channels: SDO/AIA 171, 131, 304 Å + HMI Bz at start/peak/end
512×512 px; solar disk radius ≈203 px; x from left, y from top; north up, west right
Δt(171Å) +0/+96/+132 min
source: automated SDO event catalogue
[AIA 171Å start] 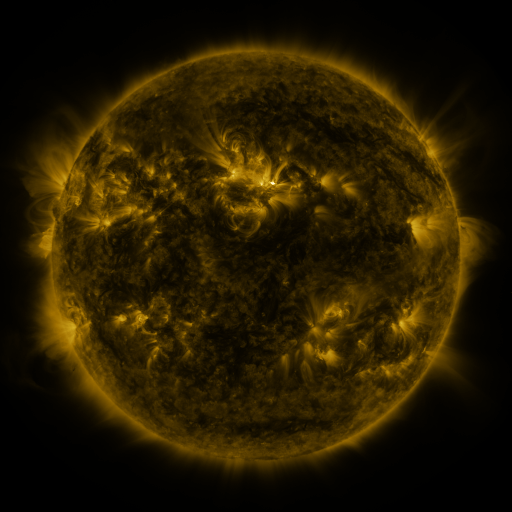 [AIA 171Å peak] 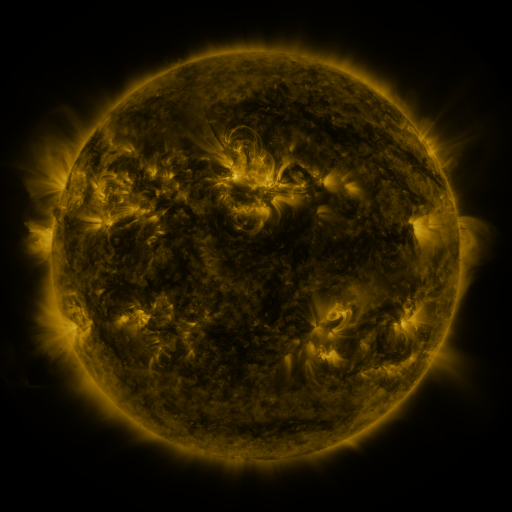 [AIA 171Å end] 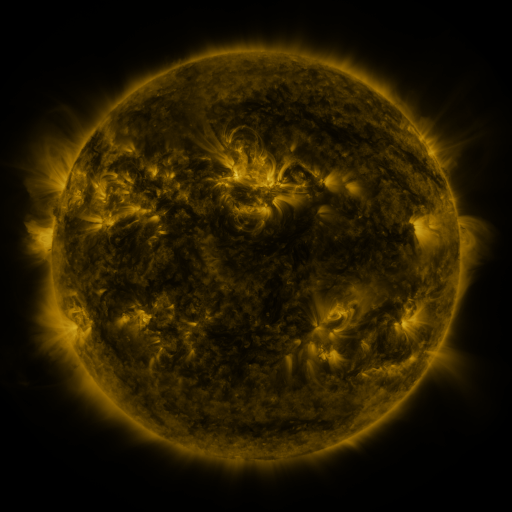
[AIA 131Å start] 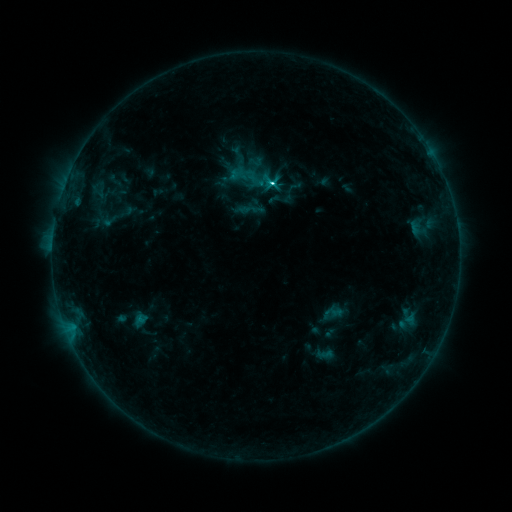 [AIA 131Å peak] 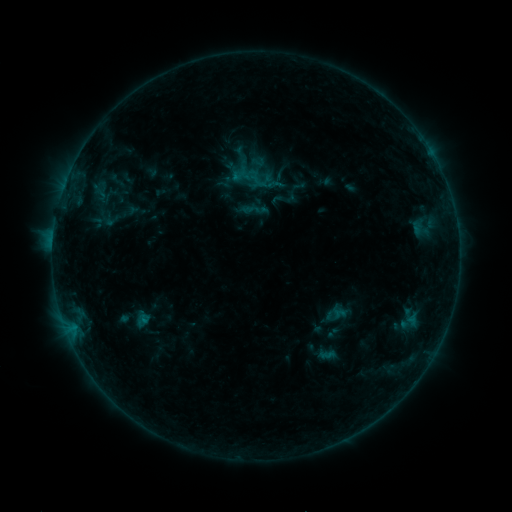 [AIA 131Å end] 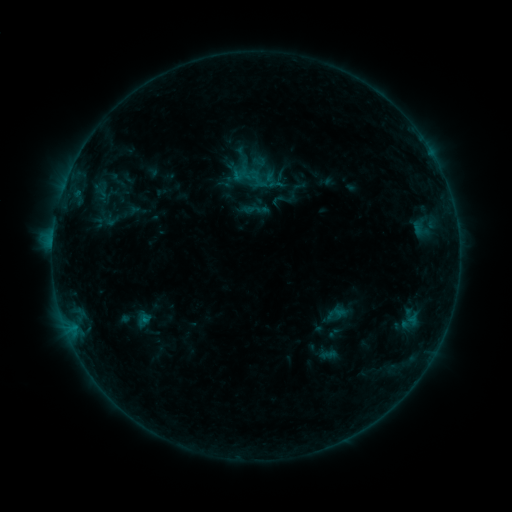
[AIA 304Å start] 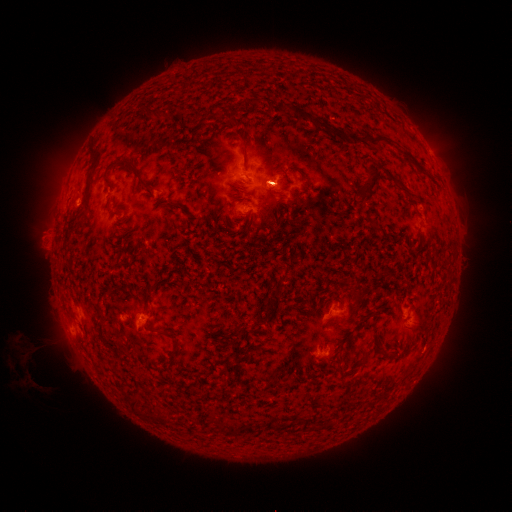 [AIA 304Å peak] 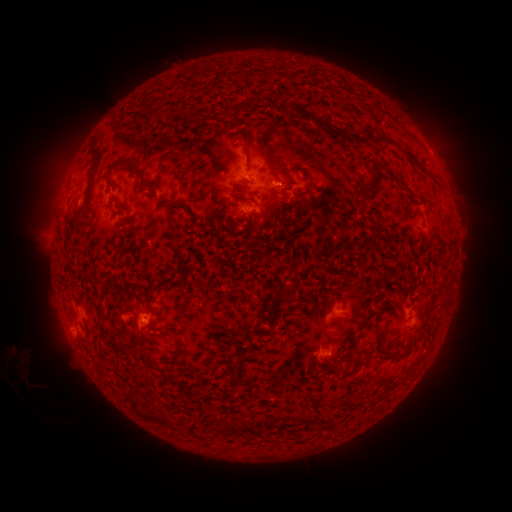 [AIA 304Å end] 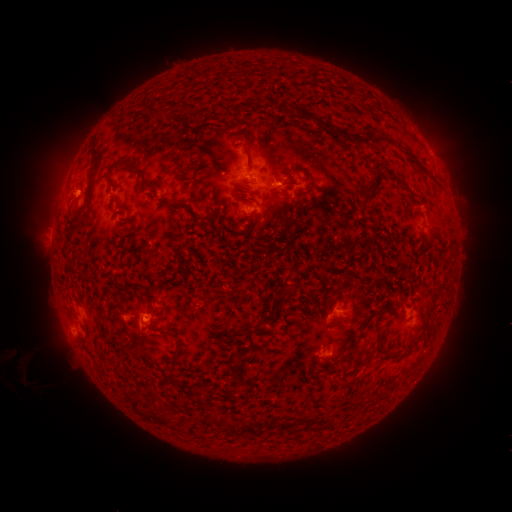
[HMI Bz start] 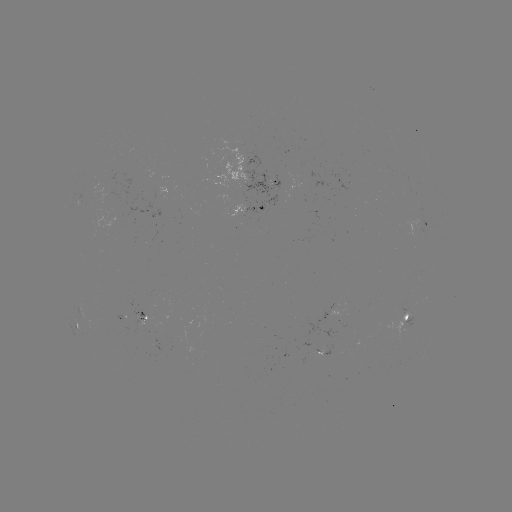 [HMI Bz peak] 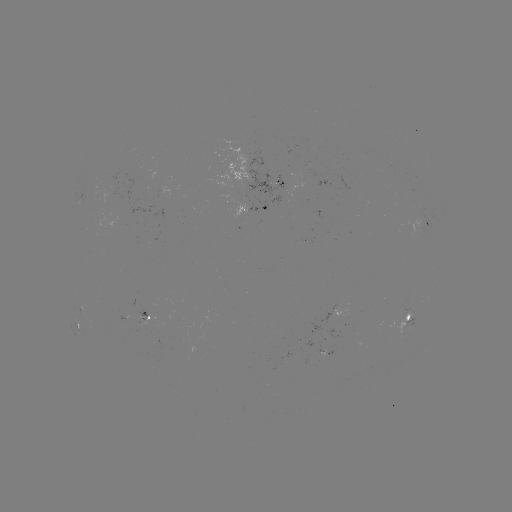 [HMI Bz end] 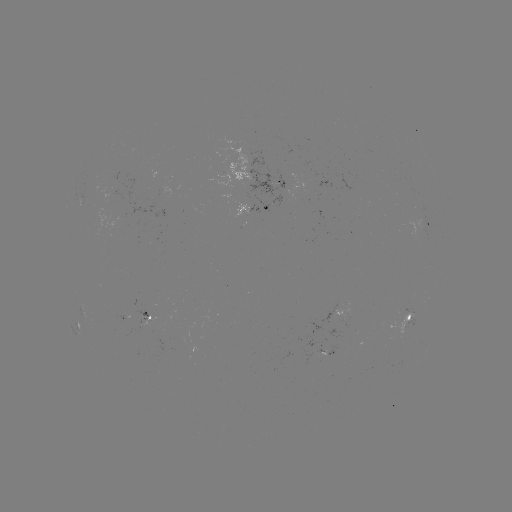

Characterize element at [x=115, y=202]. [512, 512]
emerging-flux region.